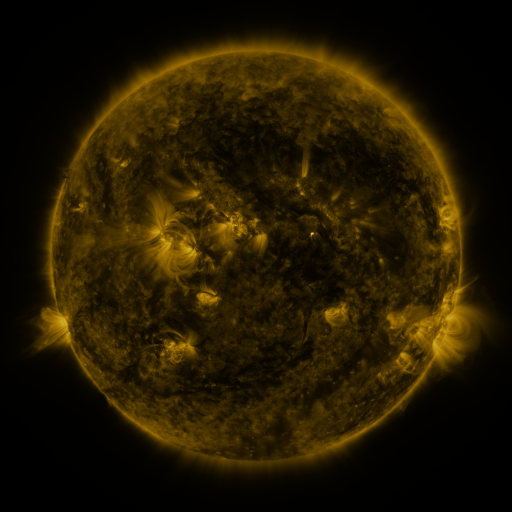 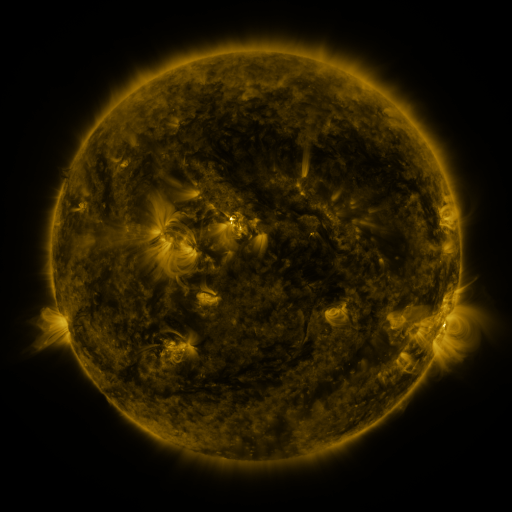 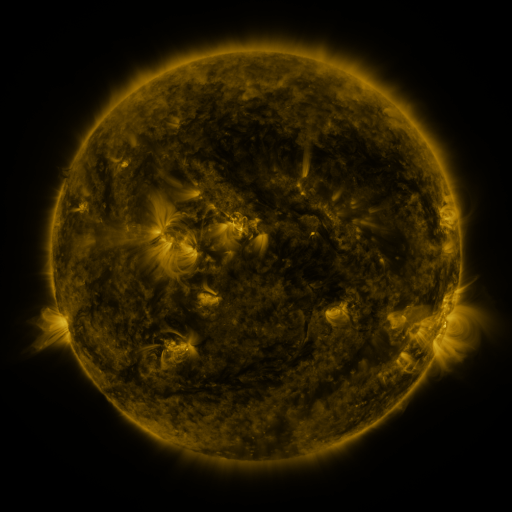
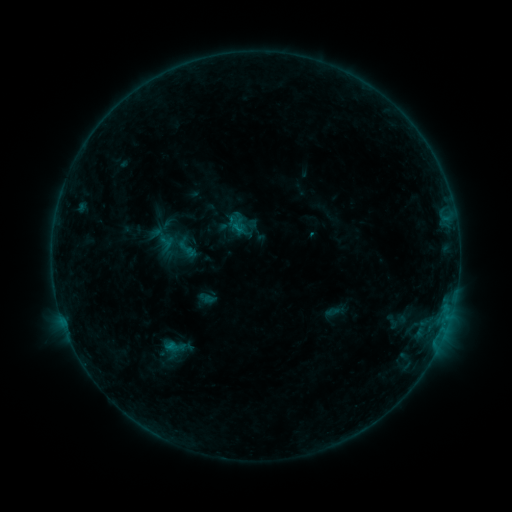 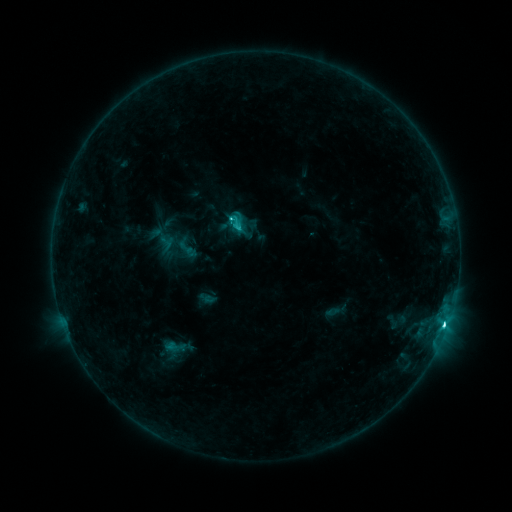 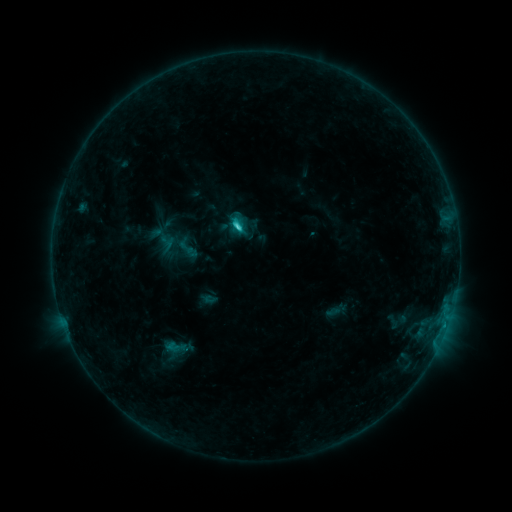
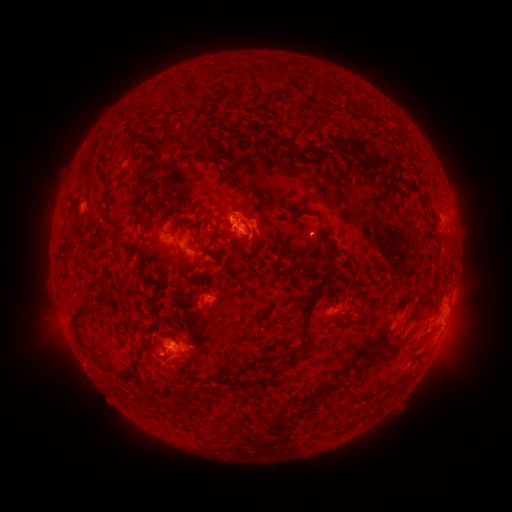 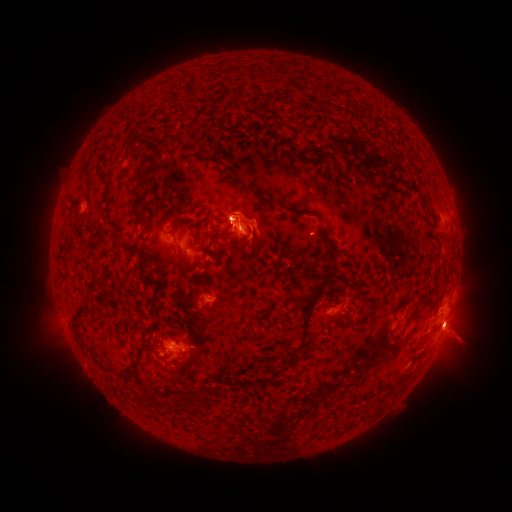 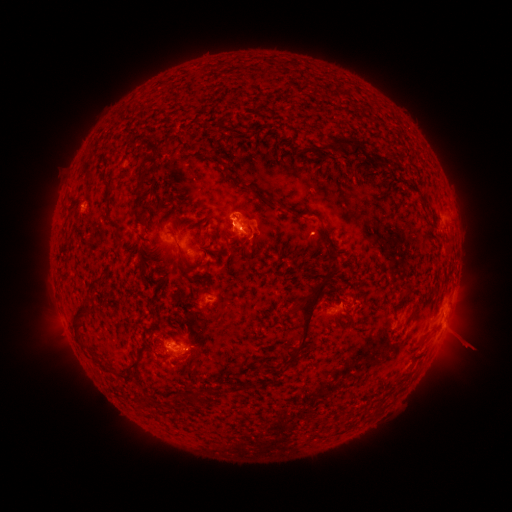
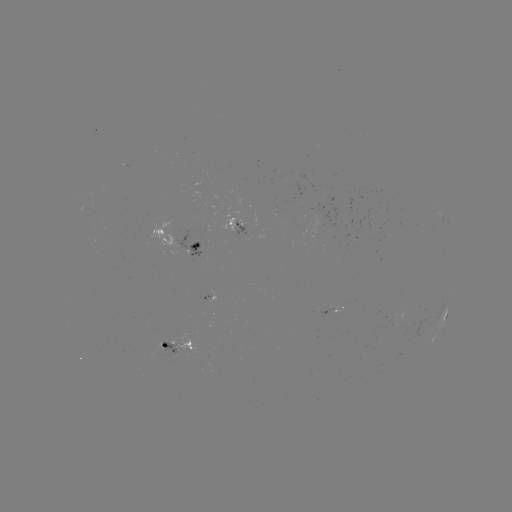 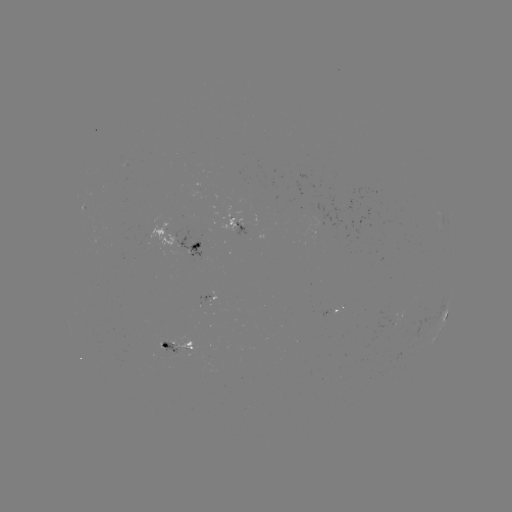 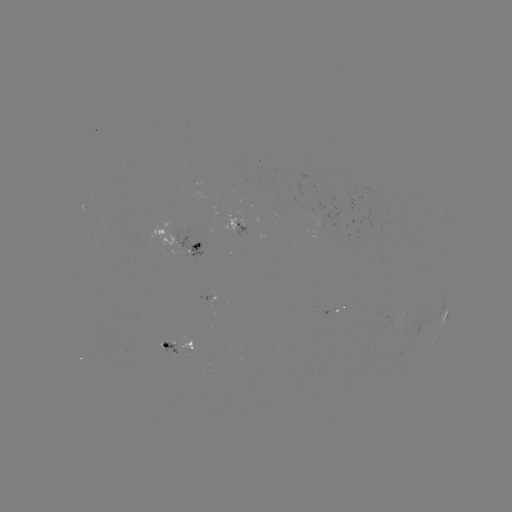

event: flare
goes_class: C3.3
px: (443, 324)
